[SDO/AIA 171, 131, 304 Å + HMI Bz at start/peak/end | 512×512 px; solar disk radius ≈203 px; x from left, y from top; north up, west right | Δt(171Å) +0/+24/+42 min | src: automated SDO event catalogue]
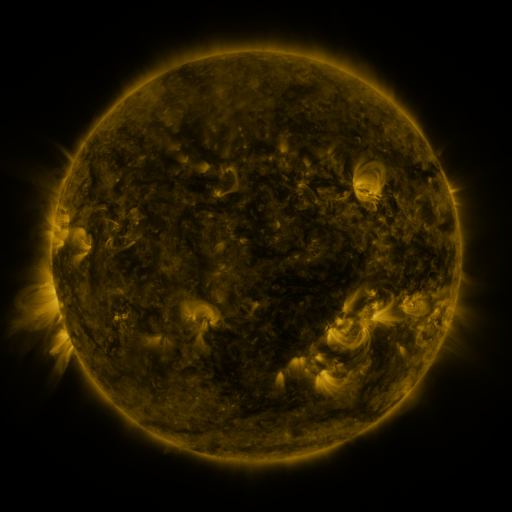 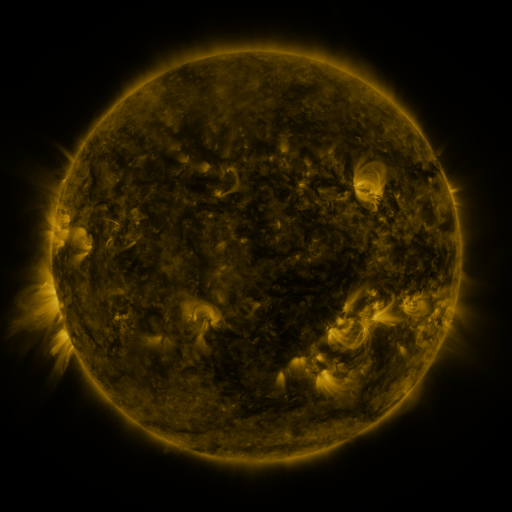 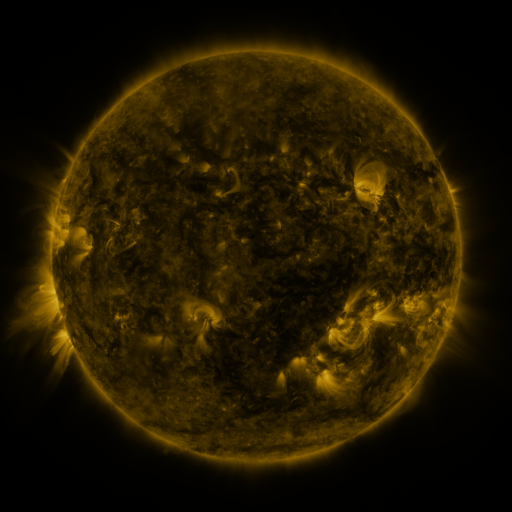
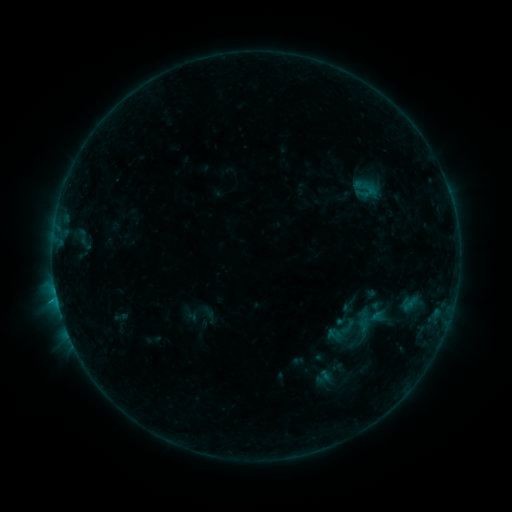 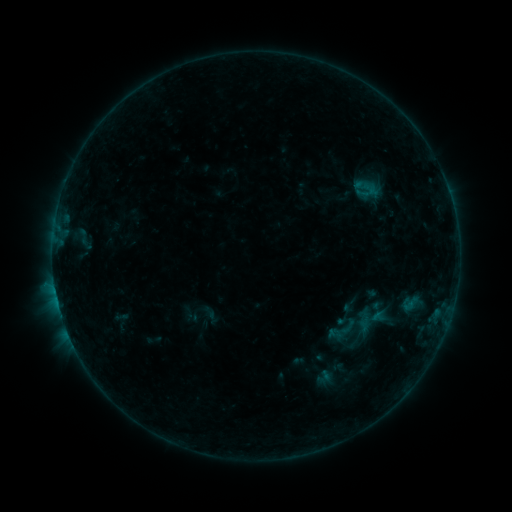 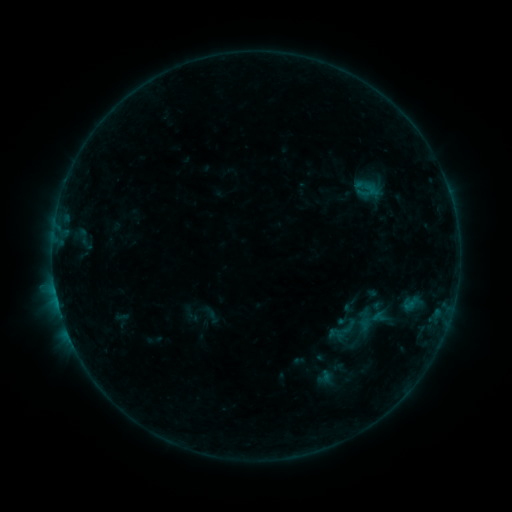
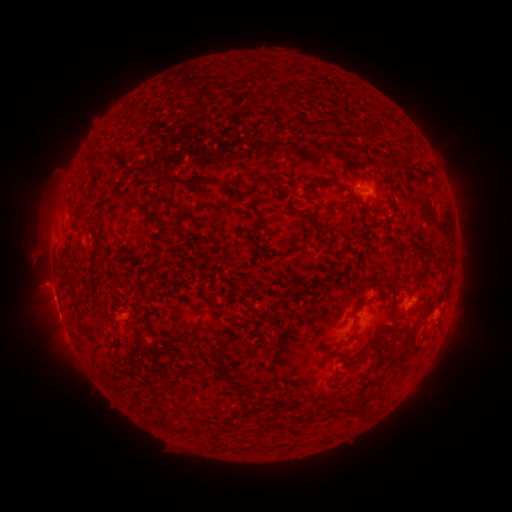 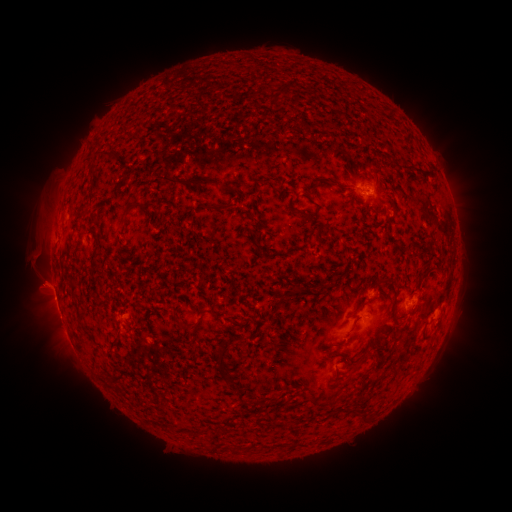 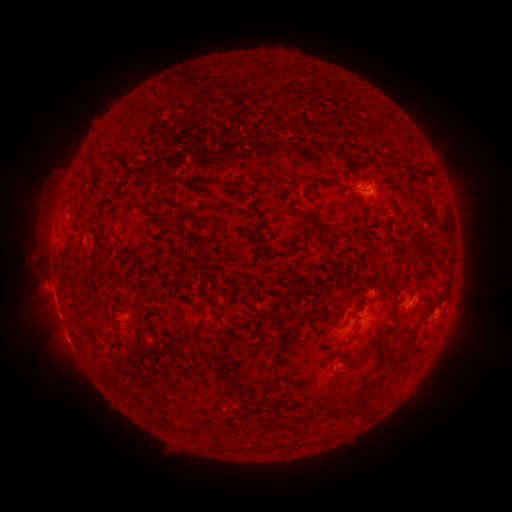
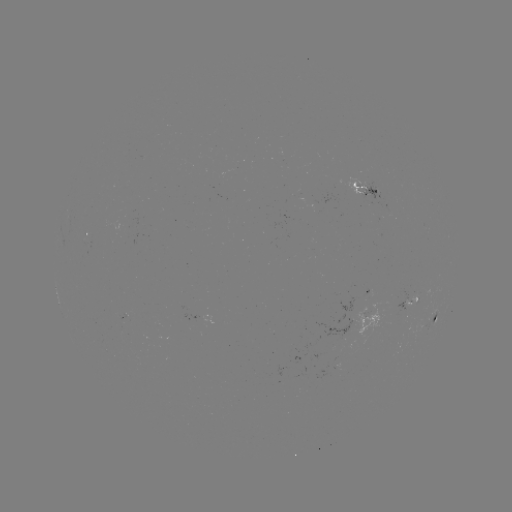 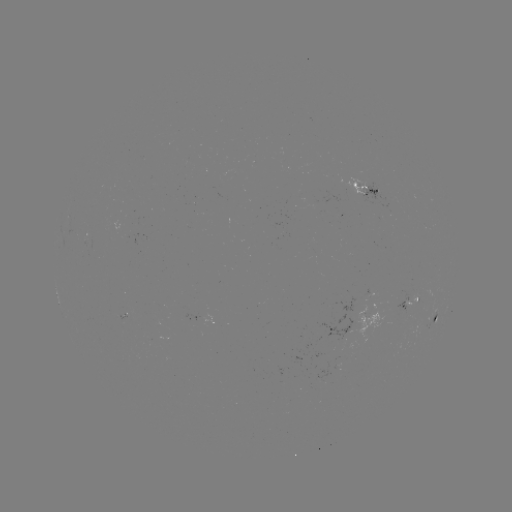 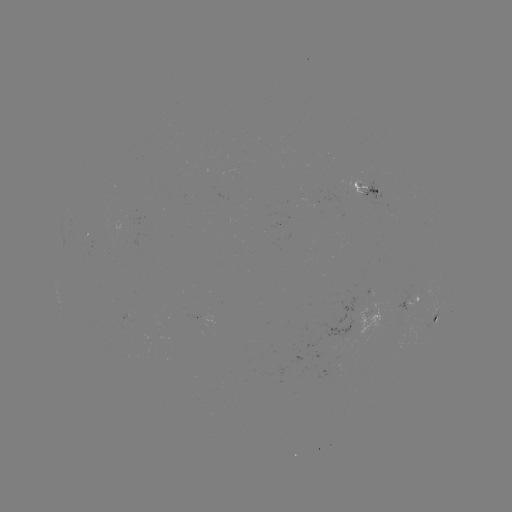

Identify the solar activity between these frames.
no flare in any classed list; no EUV-trigger detection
